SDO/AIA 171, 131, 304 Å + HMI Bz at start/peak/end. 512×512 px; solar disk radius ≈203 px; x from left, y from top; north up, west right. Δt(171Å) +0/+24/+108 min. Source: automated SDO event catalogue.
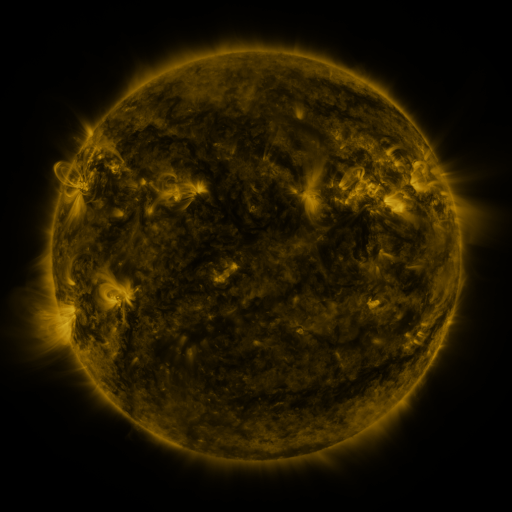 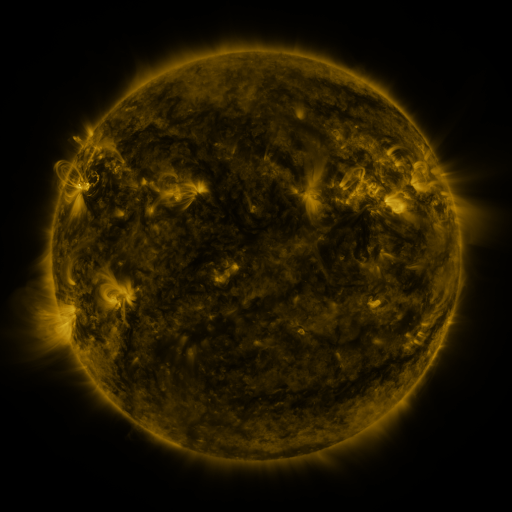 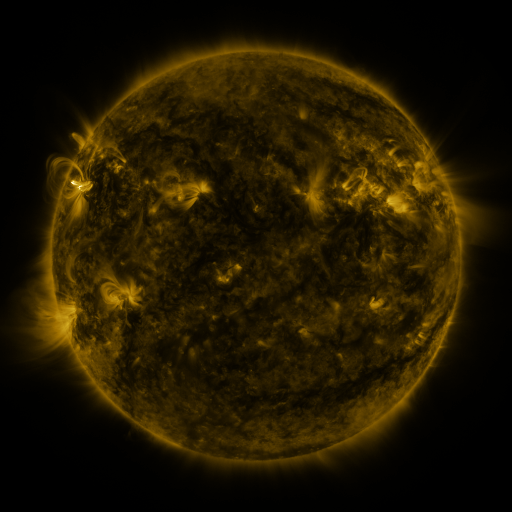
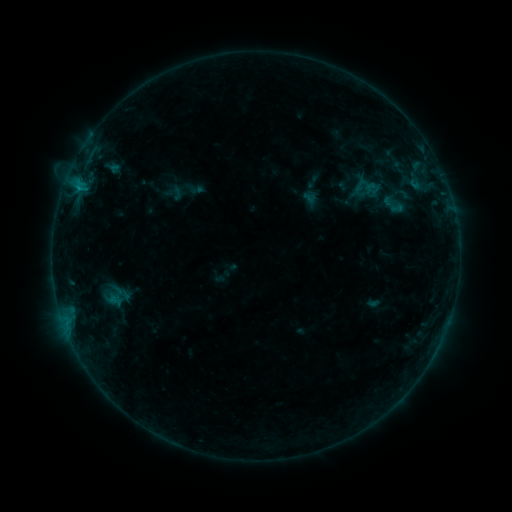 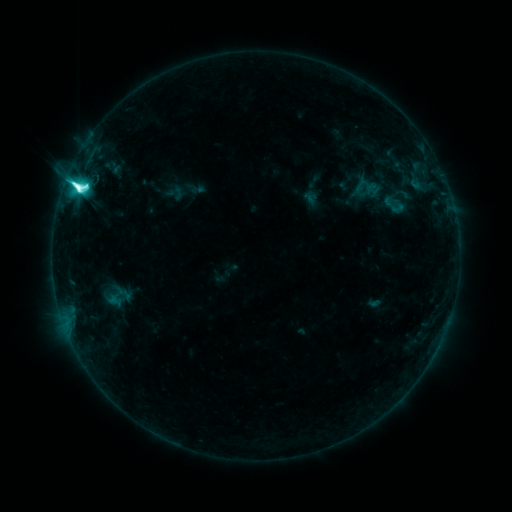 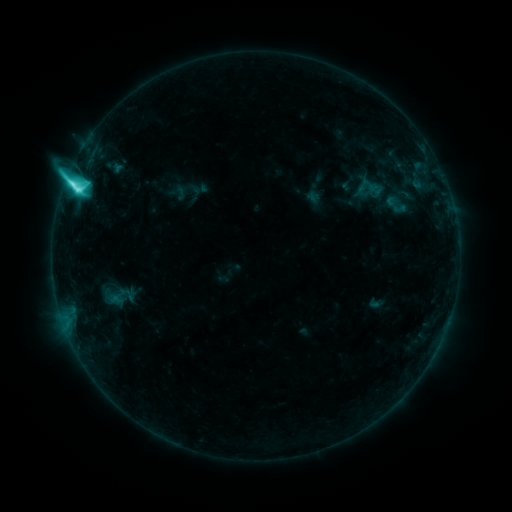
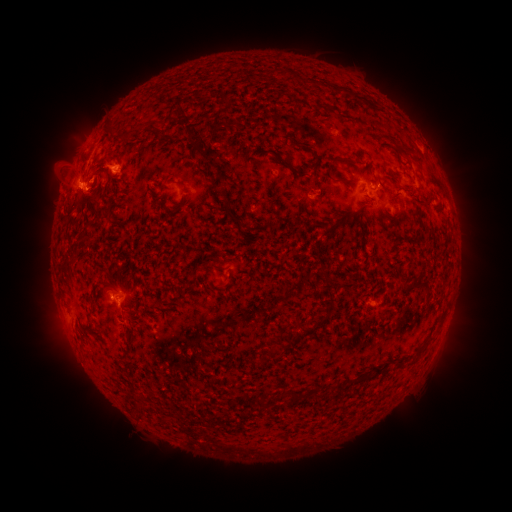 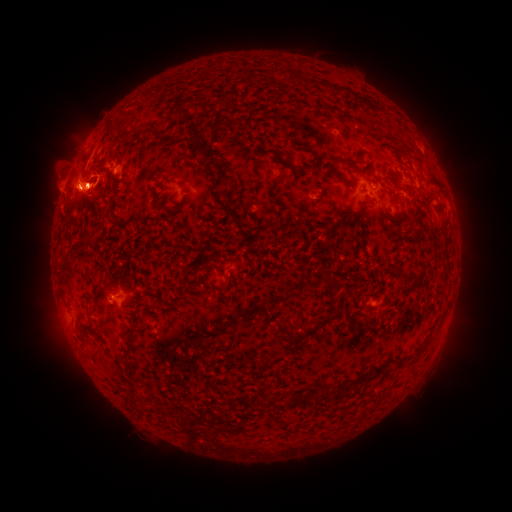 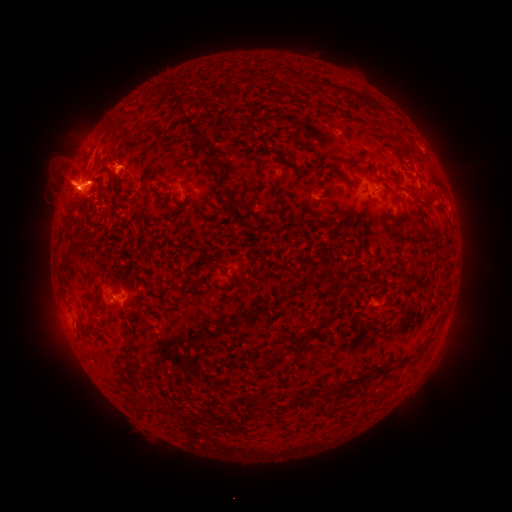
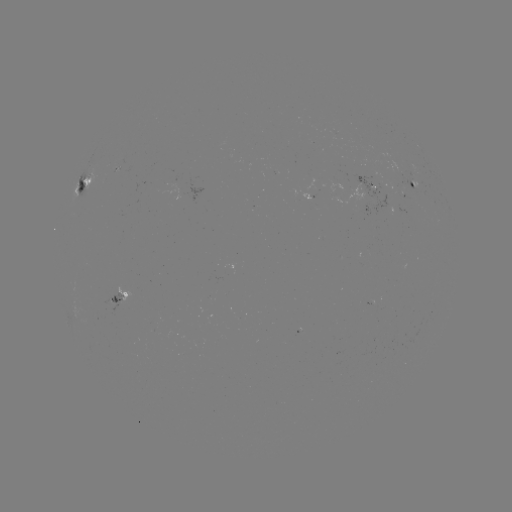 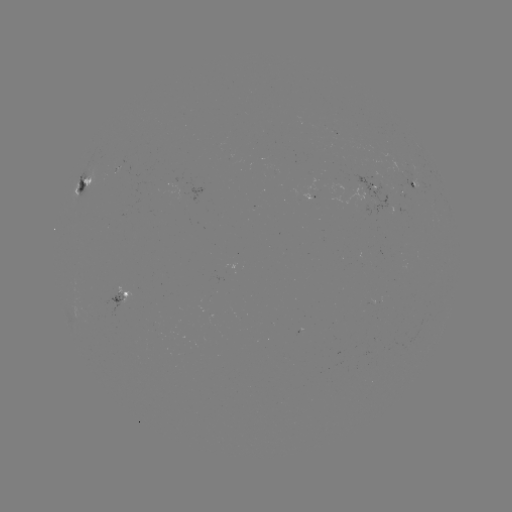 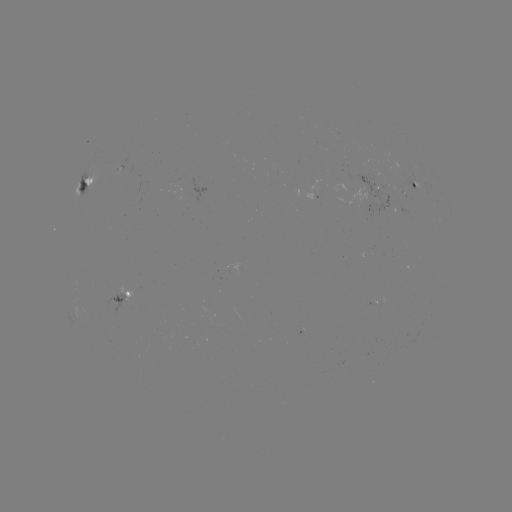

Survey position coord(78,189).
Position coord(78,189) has M2.0 flare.